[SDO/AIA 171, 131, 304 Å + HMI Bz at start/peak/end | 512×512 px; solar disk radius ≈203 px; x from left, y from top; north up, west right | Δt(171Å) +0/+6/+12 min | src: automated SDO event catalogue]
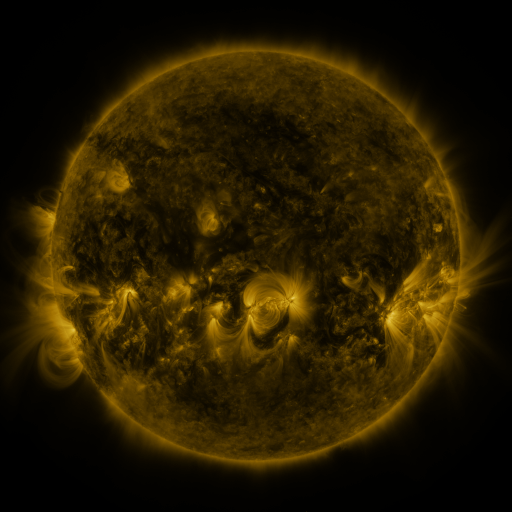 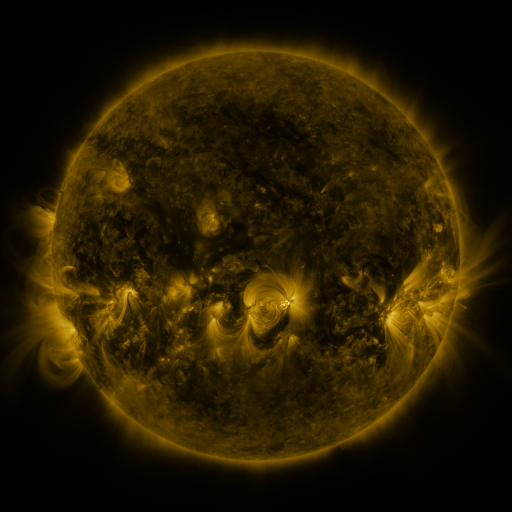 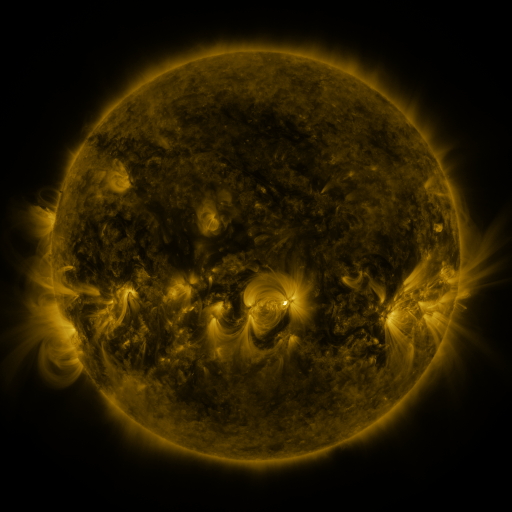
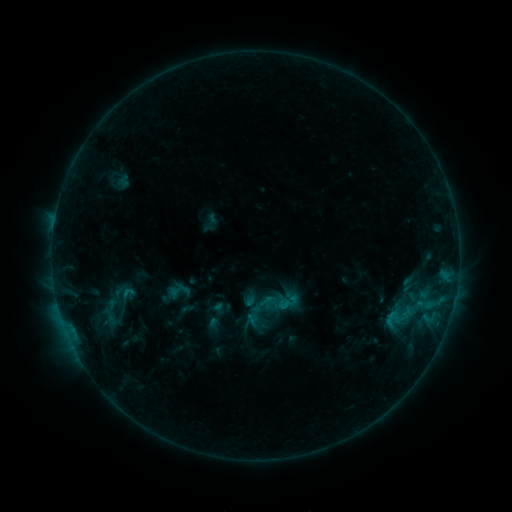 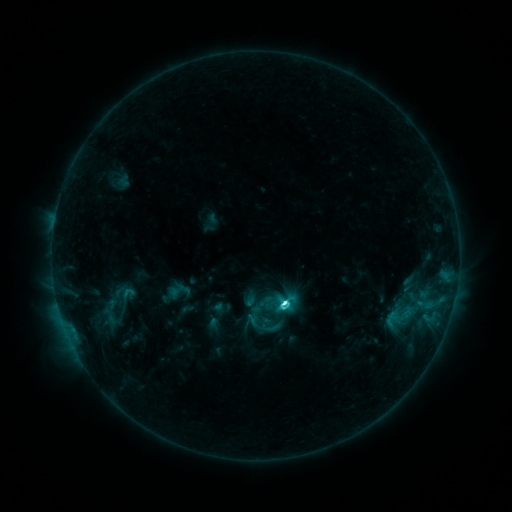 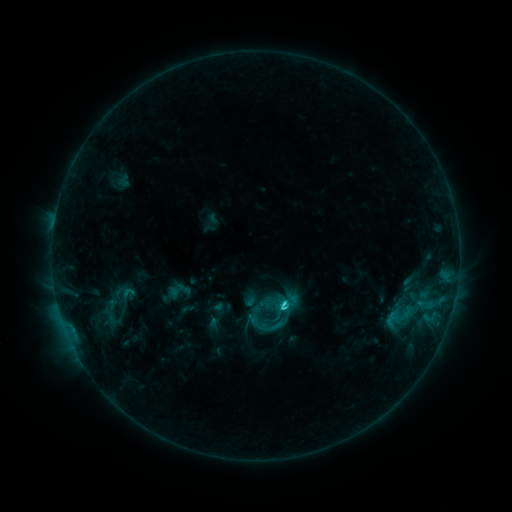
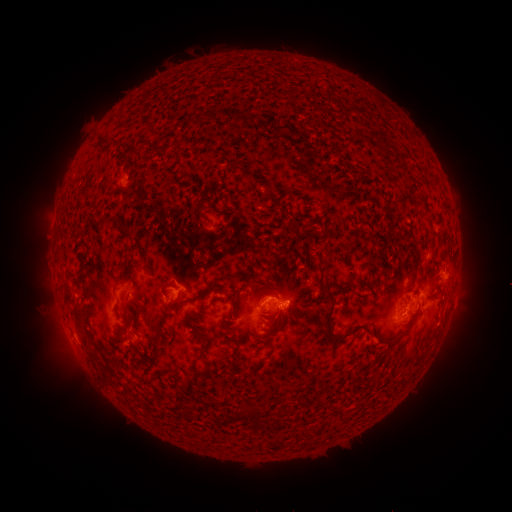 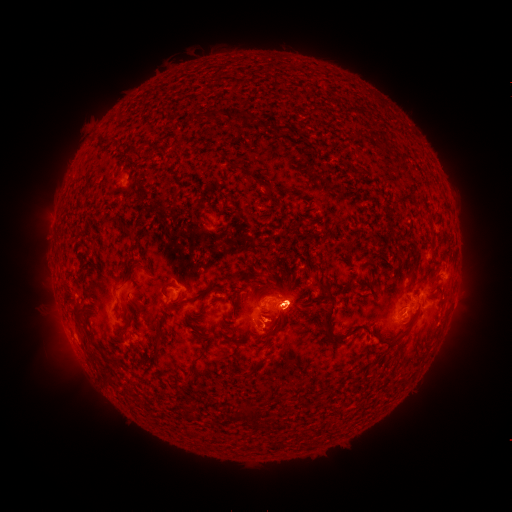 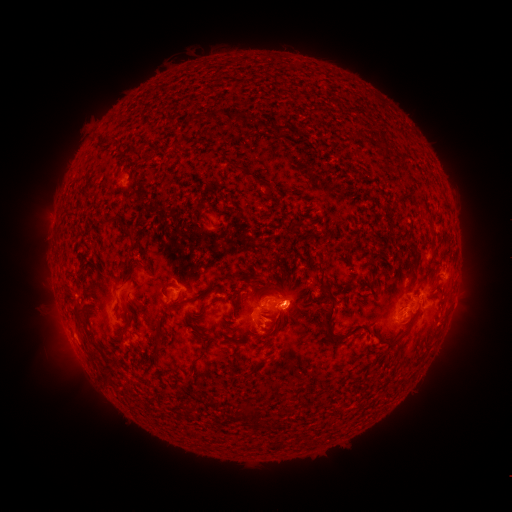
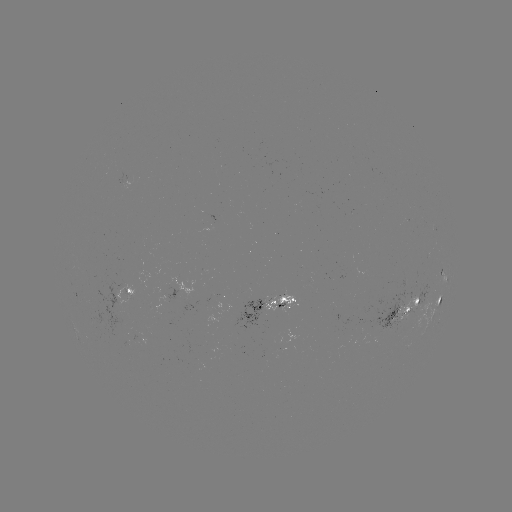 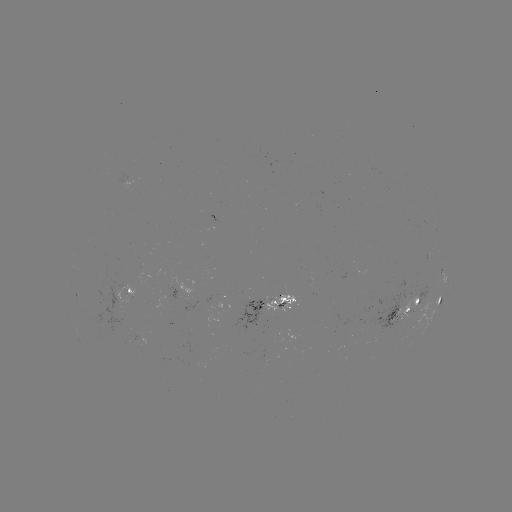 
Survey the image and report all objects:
C5.4 flare: (283, 302)
